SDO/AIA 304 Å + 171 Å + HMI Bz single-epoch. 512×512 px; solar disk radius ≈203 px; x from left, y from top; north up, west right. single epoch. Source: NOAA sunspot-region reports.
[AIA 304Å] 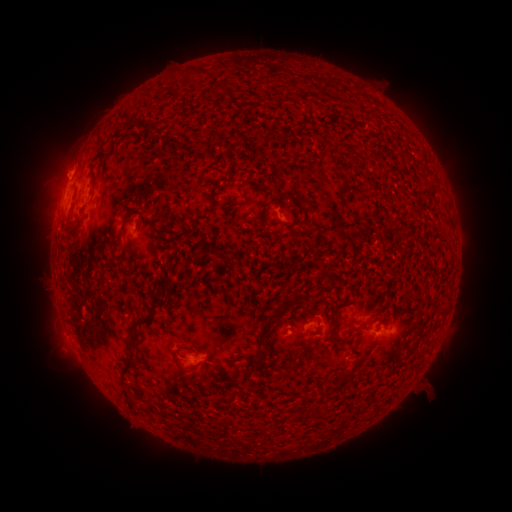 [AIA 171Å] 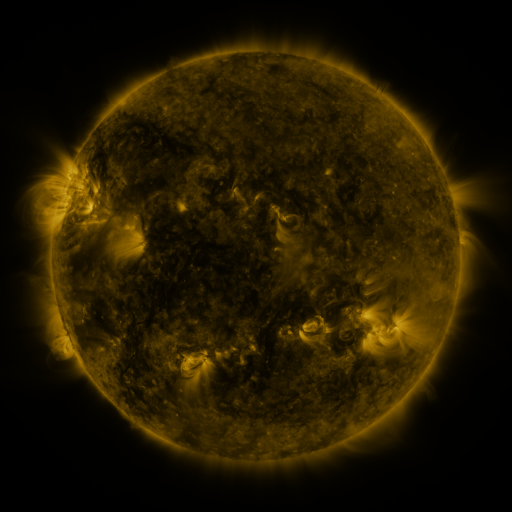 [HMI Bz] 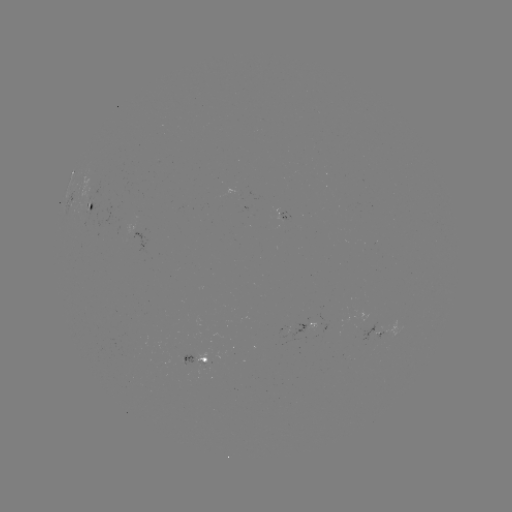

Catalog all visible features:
spotted active region: (91, 207)
spotted active region: (283, 217)
spotted active region: (303, 325)
spotted active region: (380, 329)
spotted active region: (199, 360)
